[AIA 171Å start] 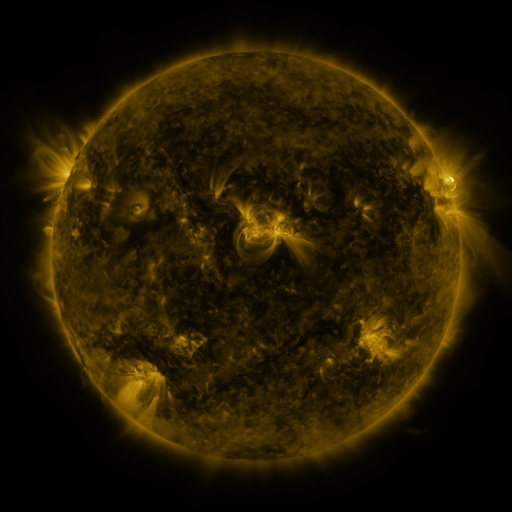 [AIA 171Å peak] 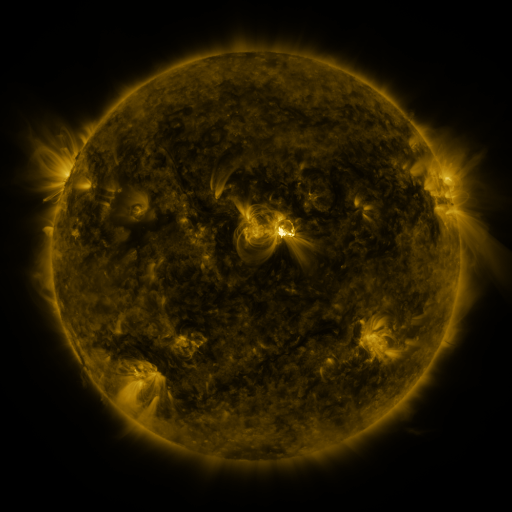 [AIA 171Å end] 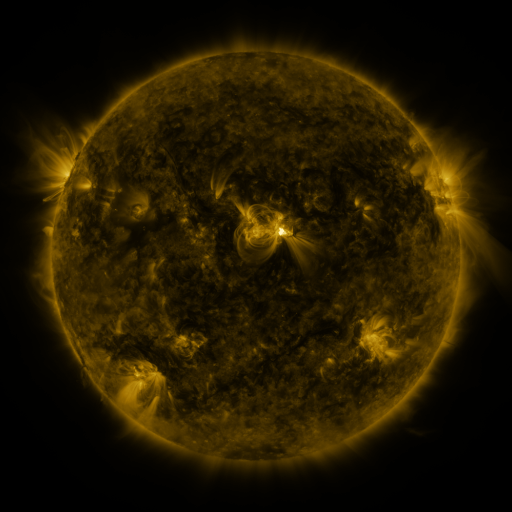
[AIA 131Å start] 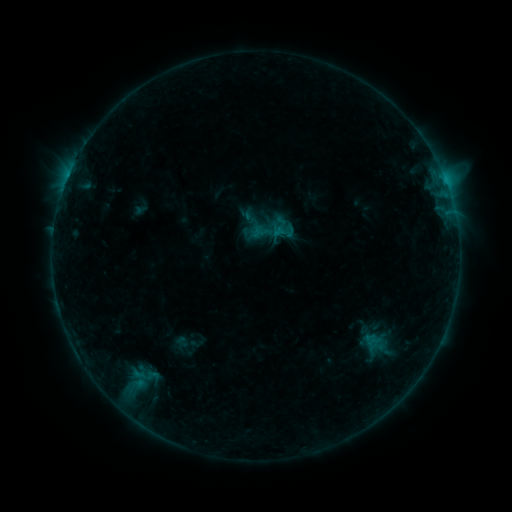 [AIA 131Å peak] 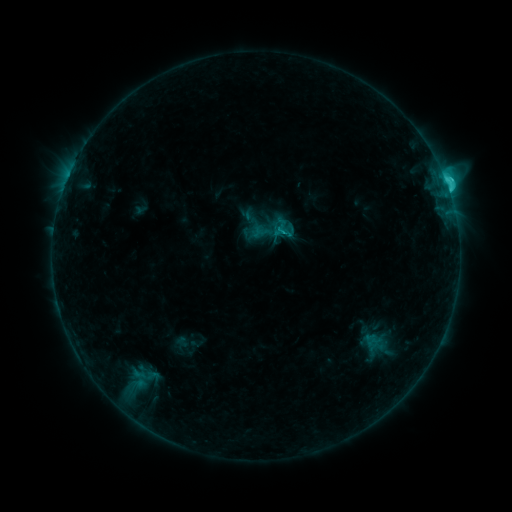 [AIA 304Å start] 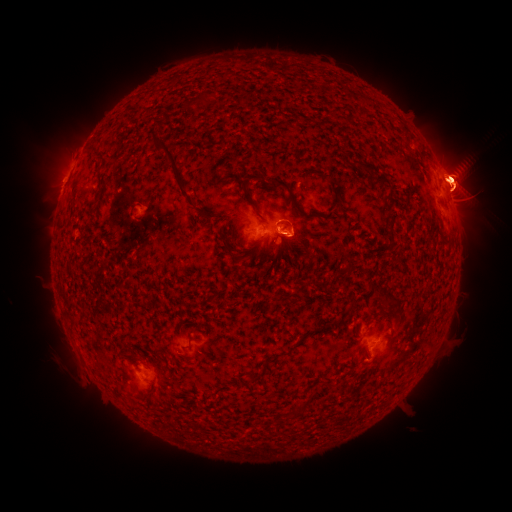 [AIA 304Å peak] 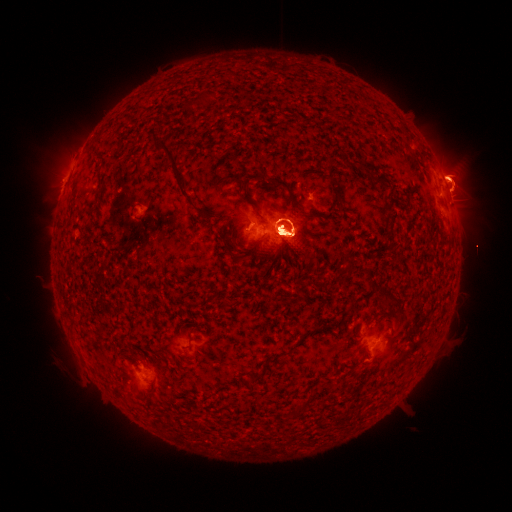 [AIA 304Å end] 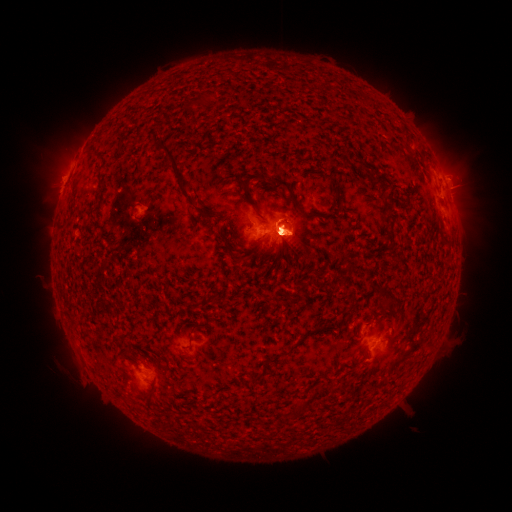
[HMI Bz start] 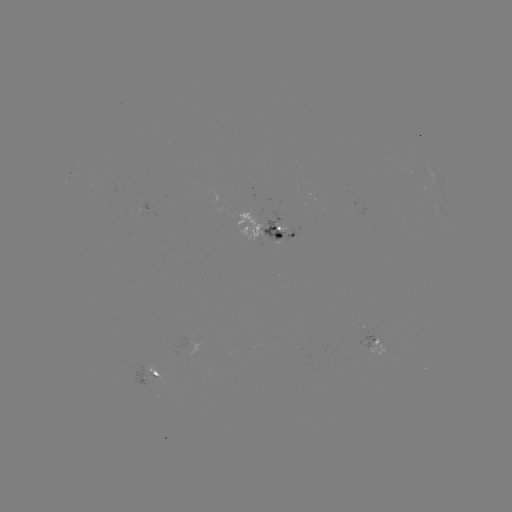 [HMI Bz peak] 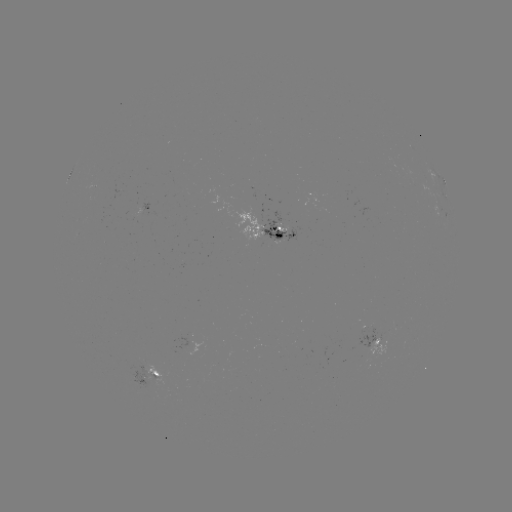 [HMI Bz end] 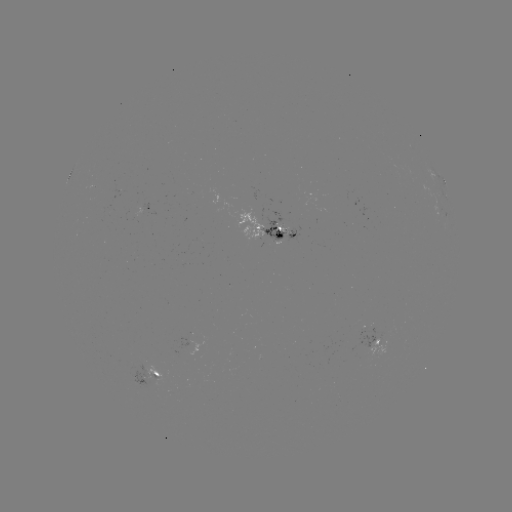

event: eruption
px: (280, 299)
